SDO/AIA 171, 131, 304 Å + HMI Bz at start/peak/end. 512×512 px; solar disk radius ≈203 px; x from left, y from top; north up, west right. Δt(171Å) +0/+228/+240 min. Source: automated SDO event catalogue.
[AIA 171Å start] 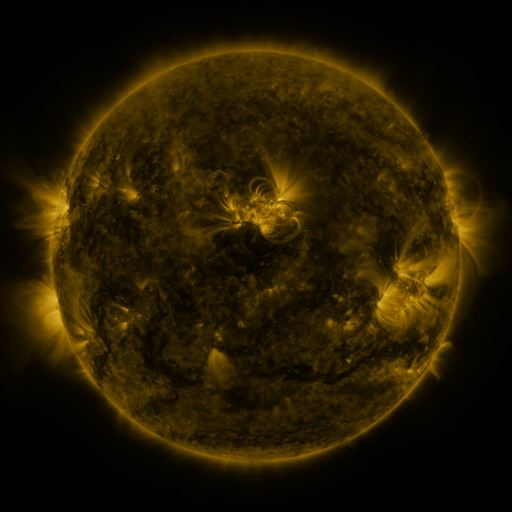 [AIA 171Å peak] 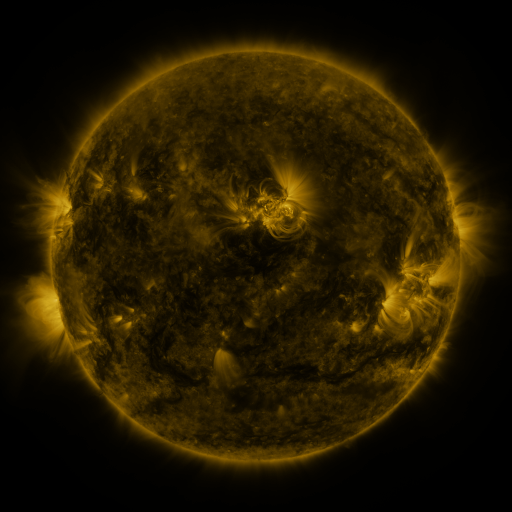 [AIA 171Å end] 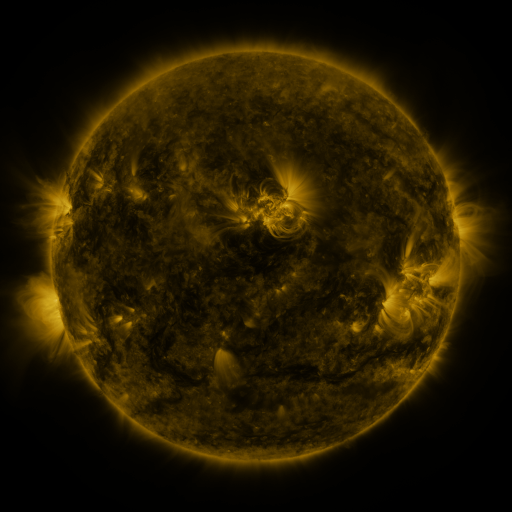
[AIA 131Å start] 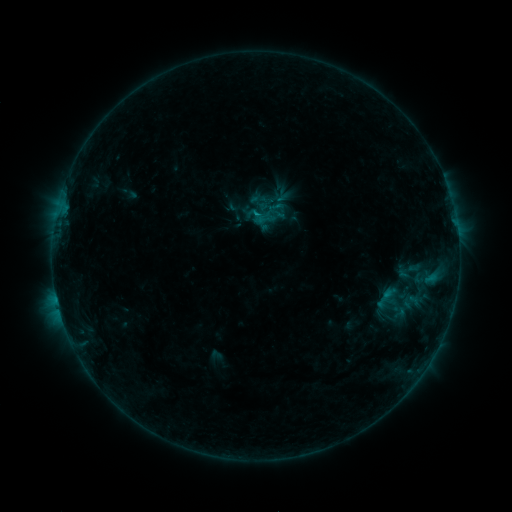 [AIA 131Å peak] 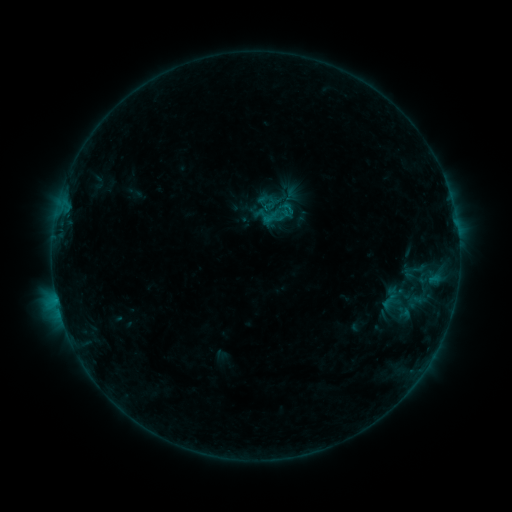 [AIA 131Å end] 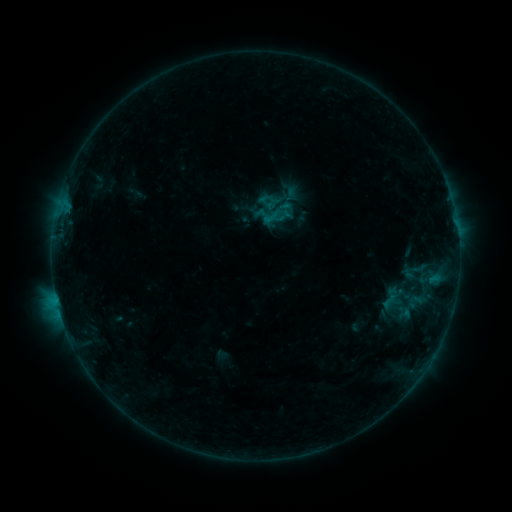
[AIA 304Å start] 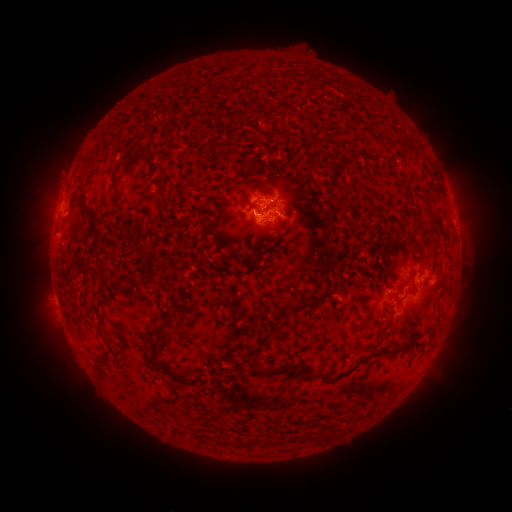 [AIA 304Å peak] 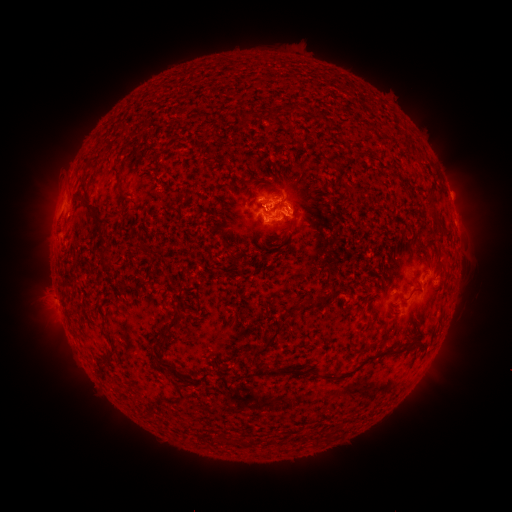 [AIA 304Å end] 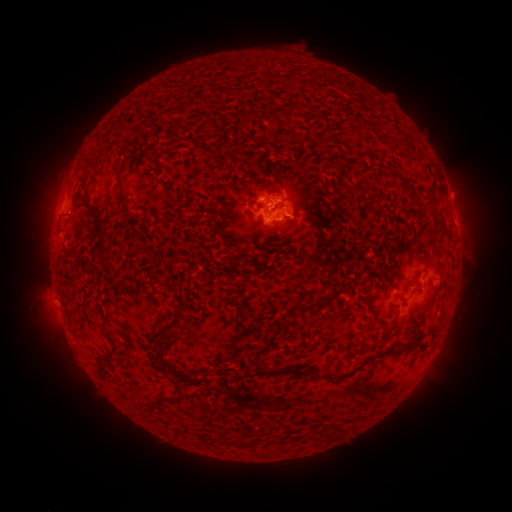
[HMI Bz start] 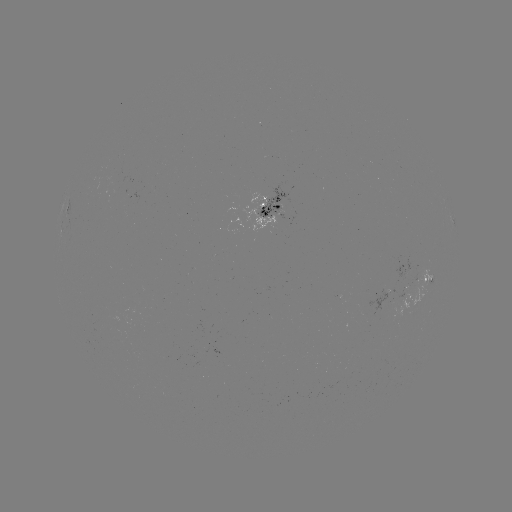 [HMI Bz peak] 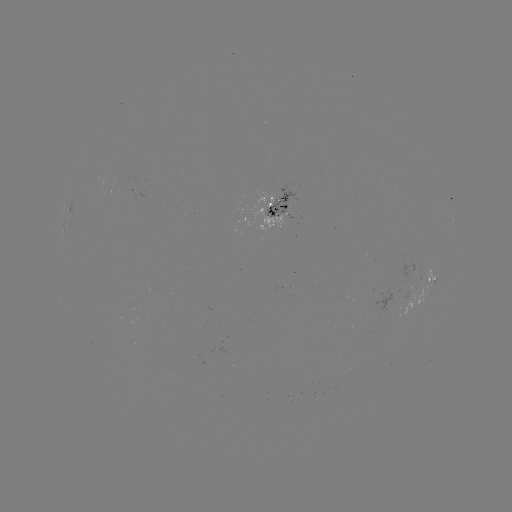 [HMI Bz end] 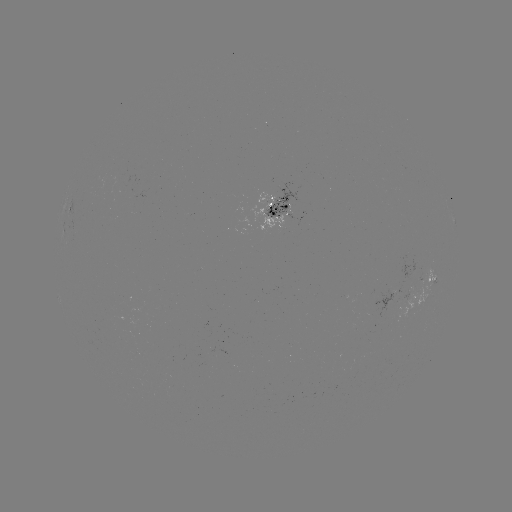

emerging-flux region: [263, 185, 300, 219]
